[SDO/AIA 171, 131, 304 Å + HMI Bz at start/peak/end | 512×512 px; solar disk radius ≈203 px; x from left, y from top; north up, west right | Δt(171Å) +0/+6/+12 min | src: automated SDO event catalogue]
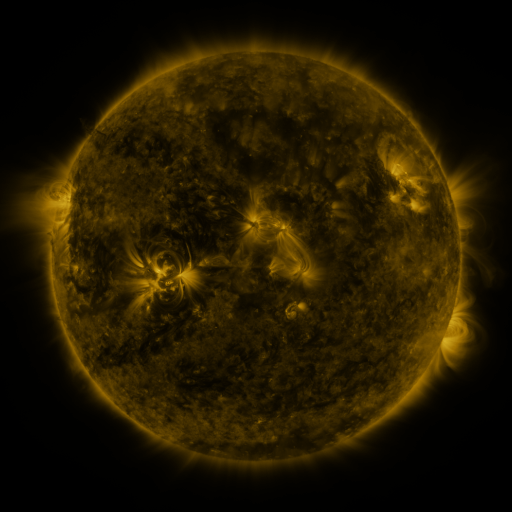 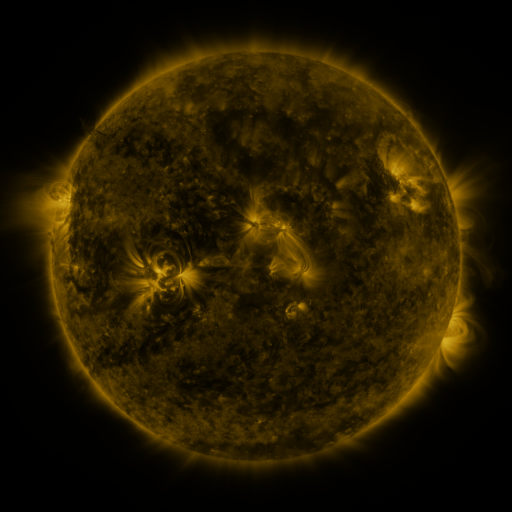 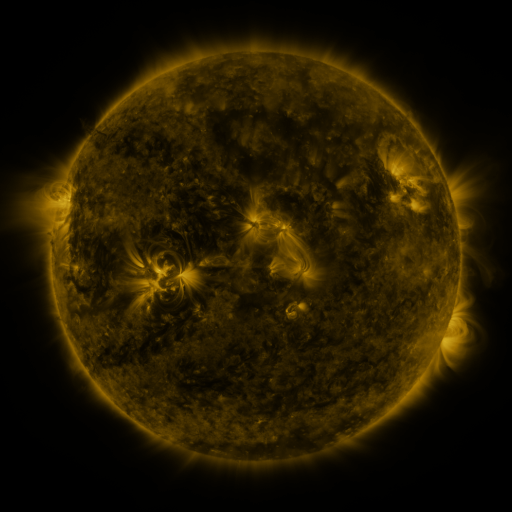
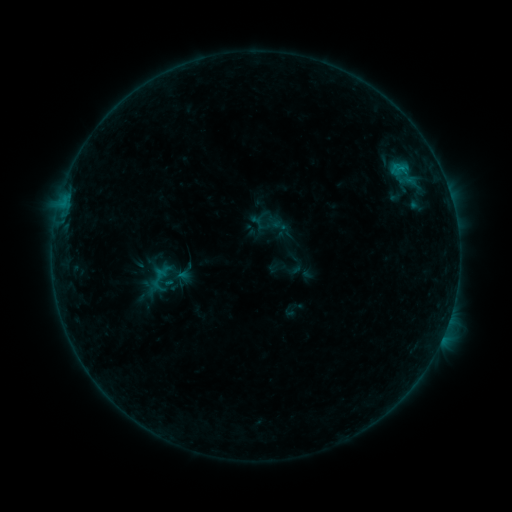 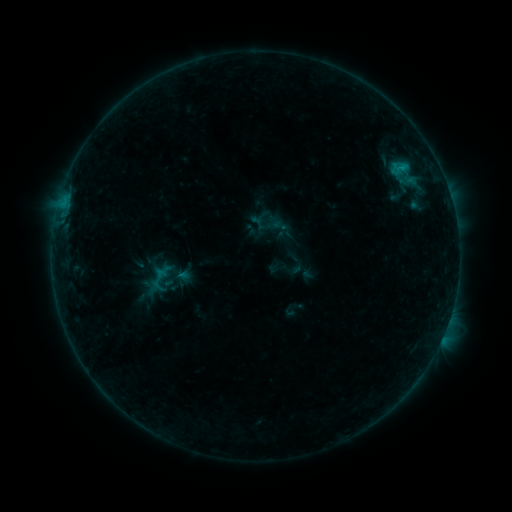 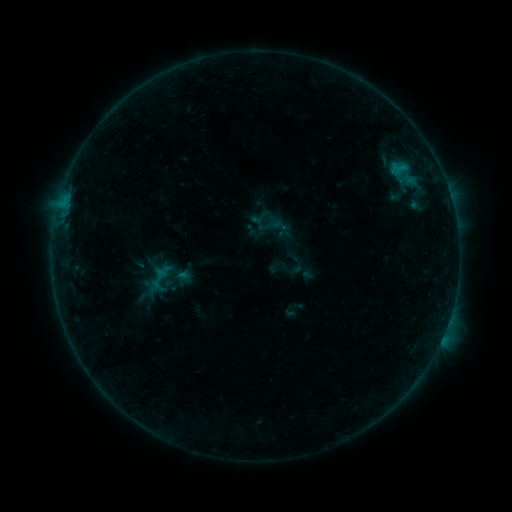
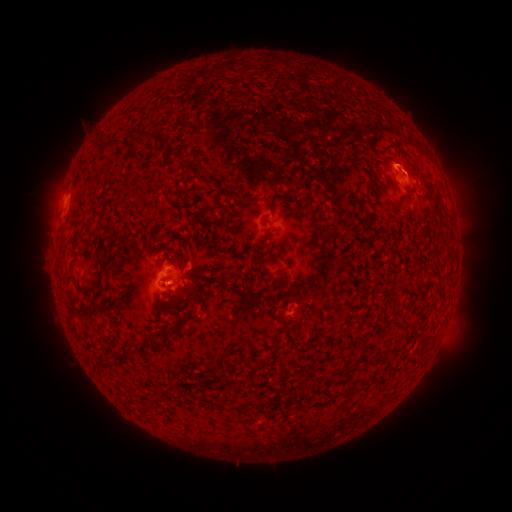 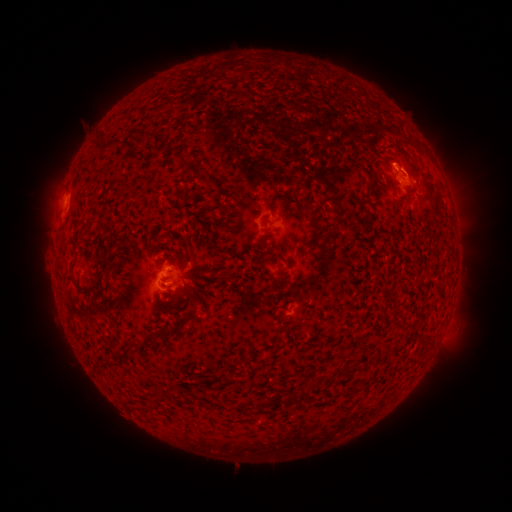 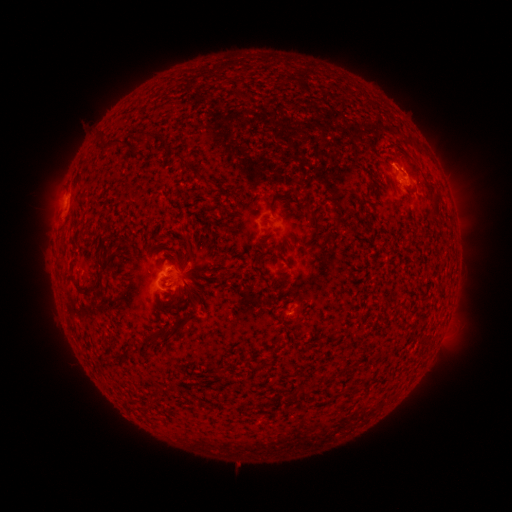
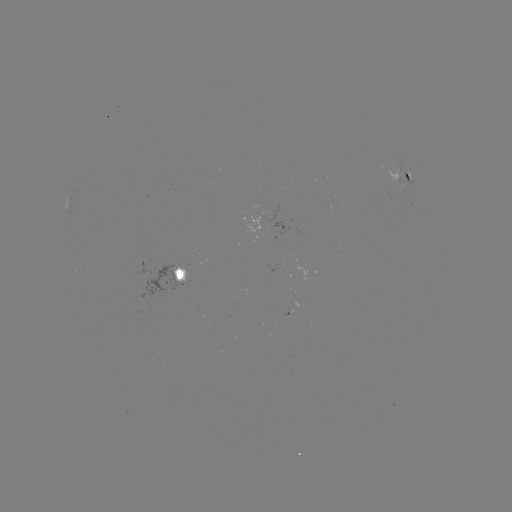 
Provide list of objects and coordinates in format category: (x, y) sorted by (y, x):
B5.1 flare: (400, 168)
